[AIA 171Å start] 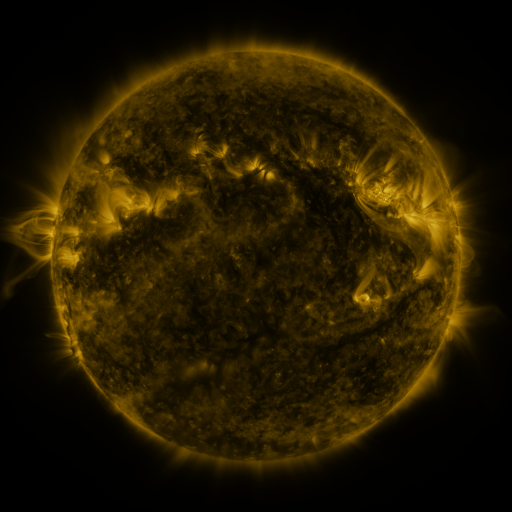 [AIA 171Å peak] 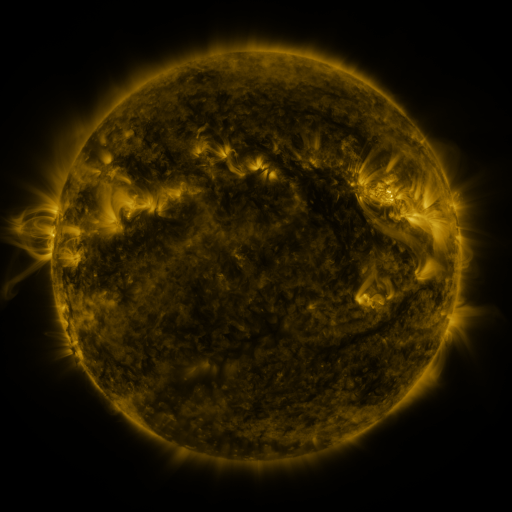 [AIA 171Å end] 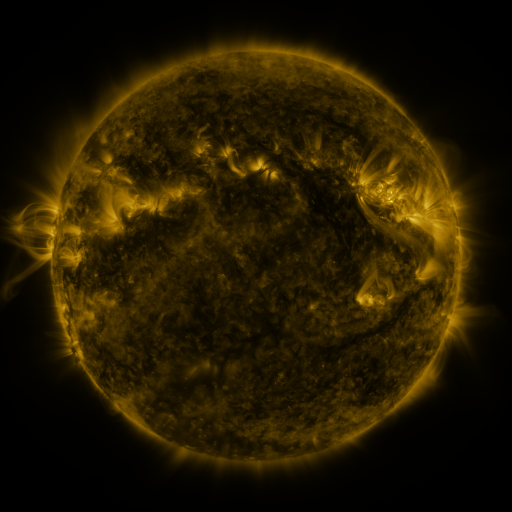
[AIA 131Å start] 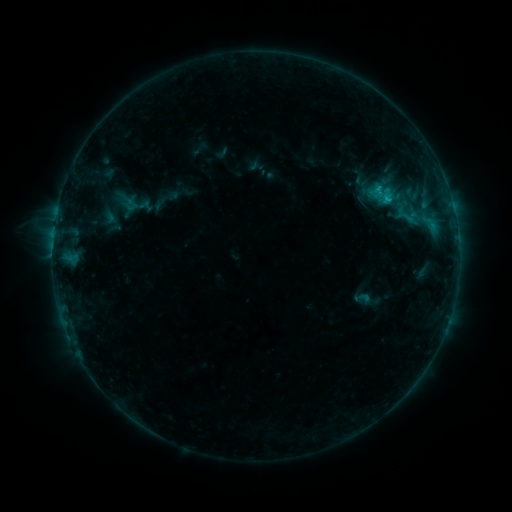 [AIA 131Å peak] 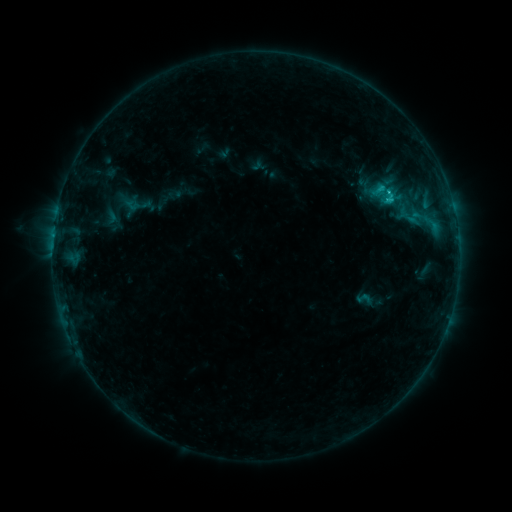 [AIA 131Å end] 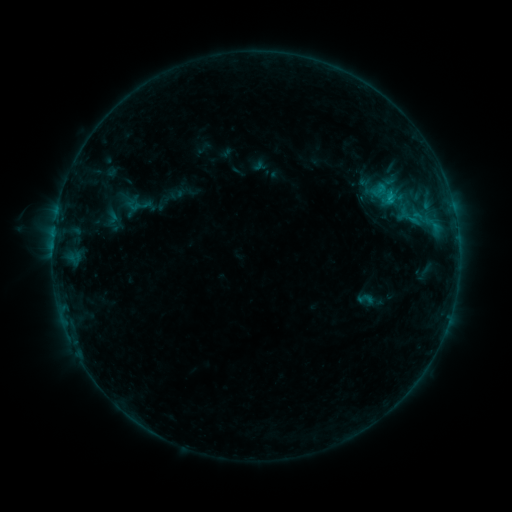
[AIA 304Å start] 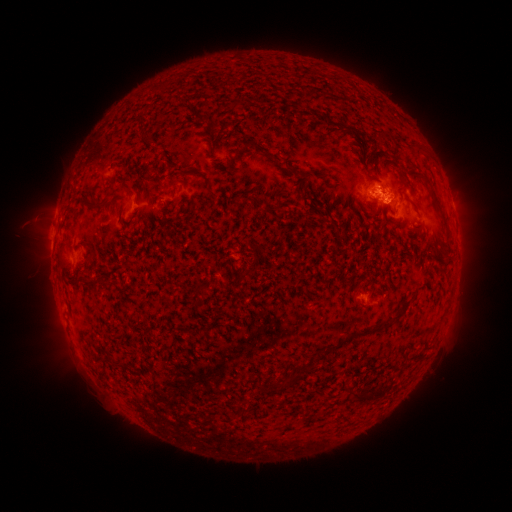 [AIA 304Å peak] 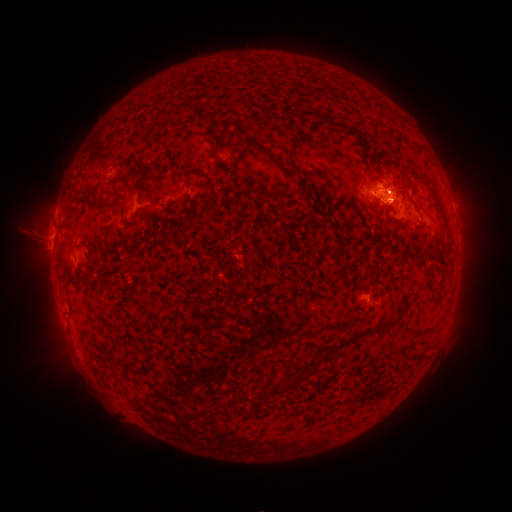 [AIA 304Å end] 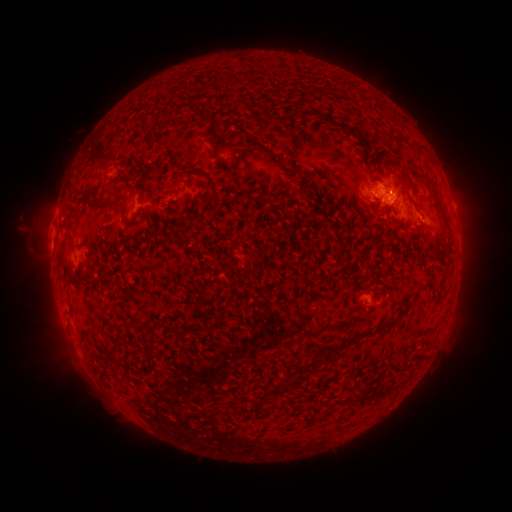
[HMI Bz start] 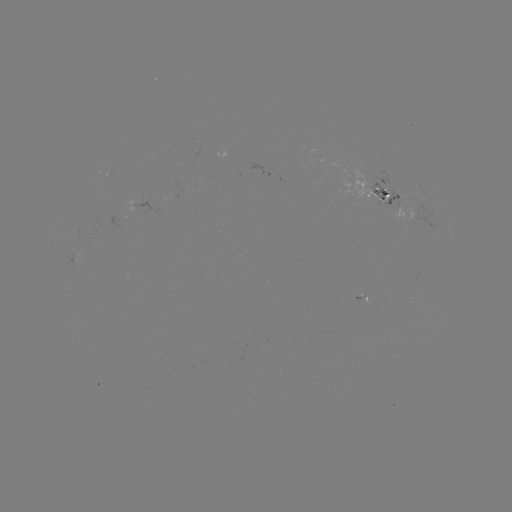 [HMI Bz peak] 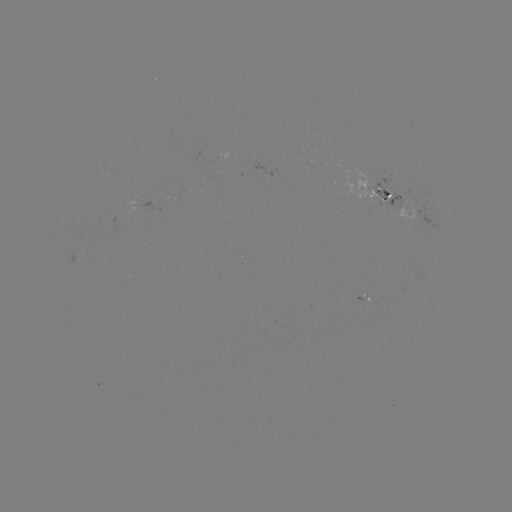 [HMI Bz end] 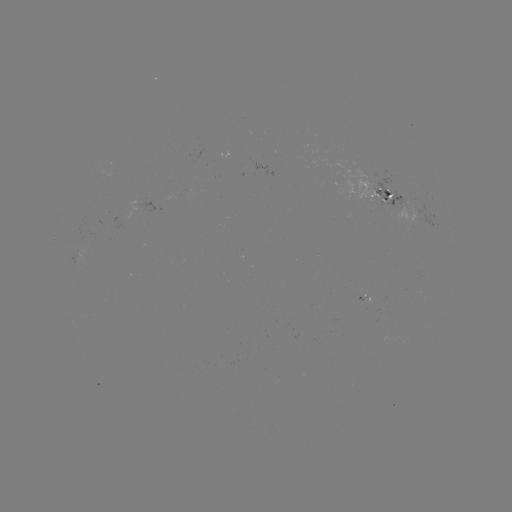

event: emerging-flux region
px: (392, 195)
